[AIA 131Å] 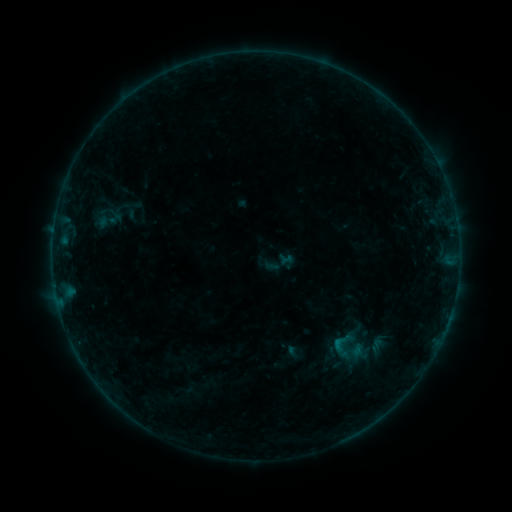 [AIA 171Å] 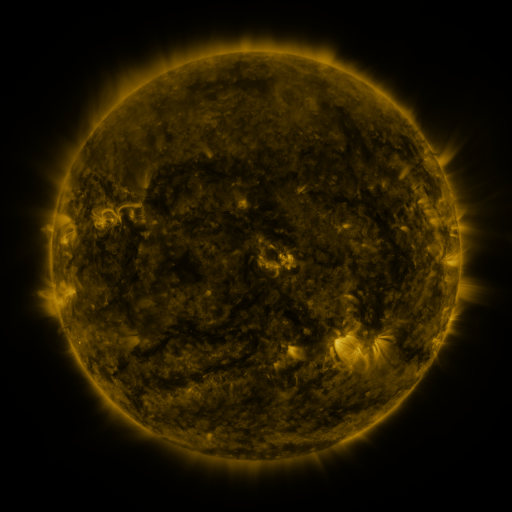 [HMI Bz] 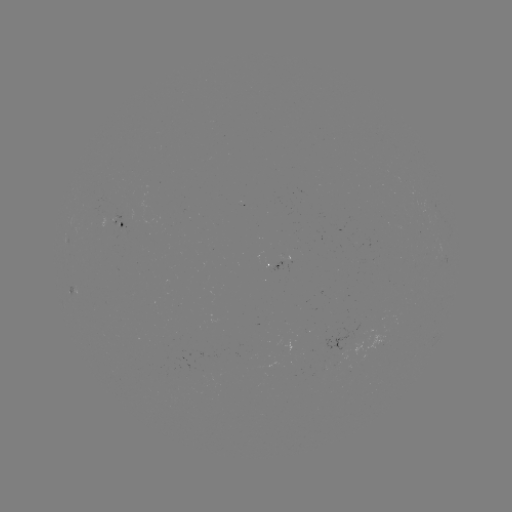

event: sigmoid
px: (342, 343)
